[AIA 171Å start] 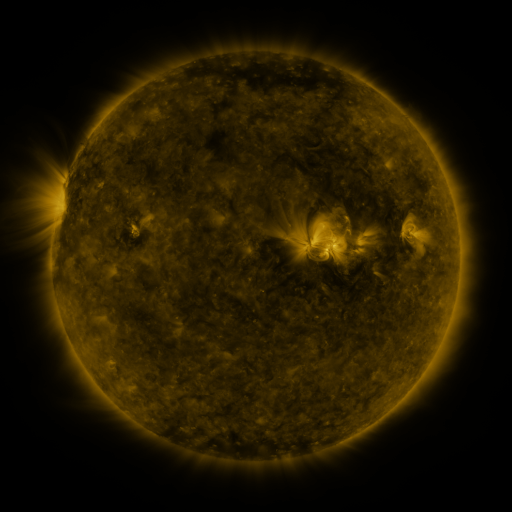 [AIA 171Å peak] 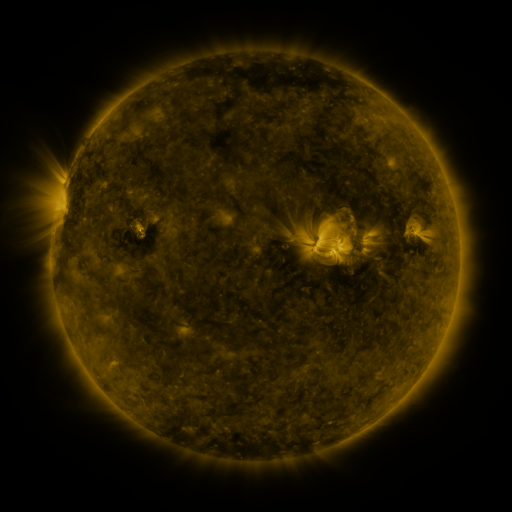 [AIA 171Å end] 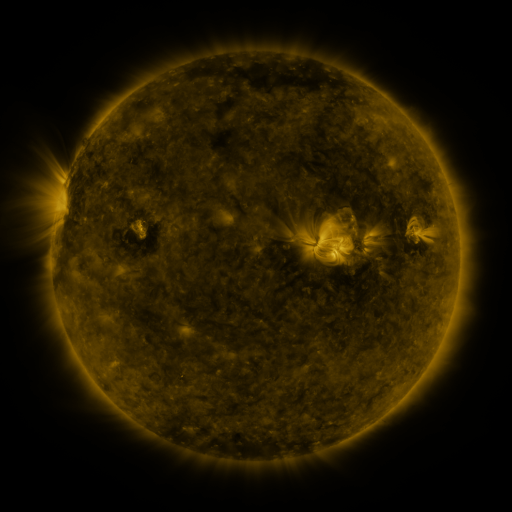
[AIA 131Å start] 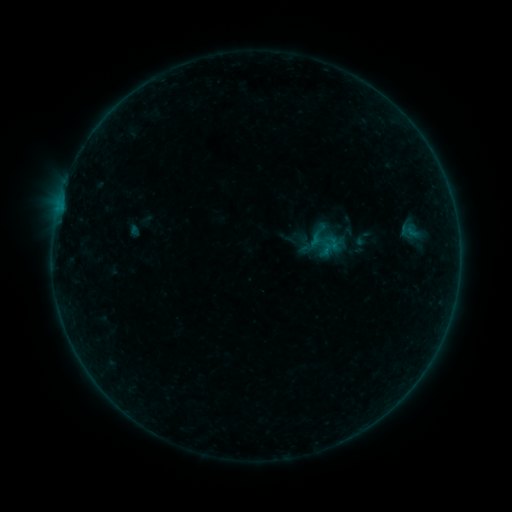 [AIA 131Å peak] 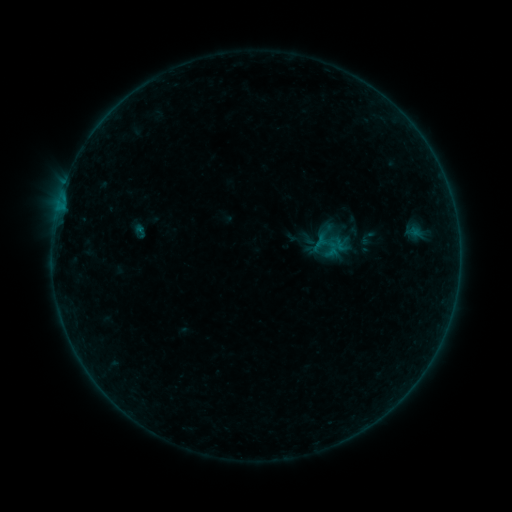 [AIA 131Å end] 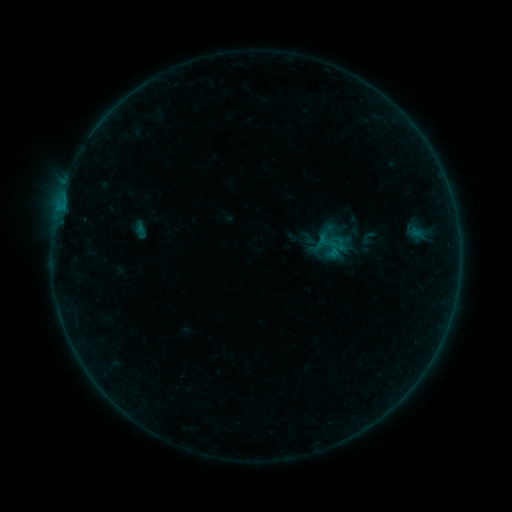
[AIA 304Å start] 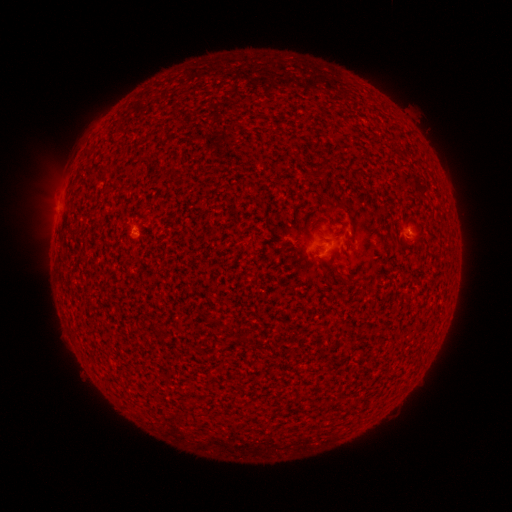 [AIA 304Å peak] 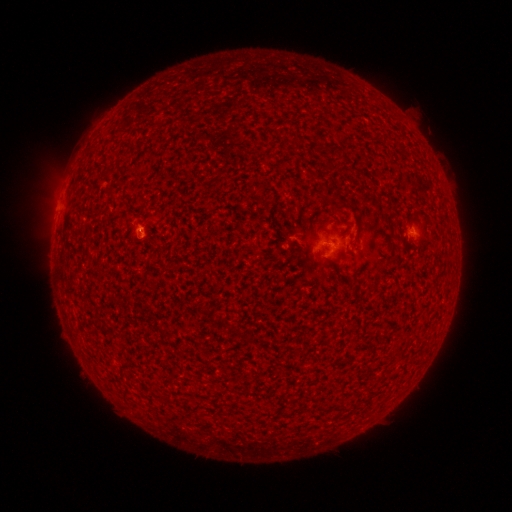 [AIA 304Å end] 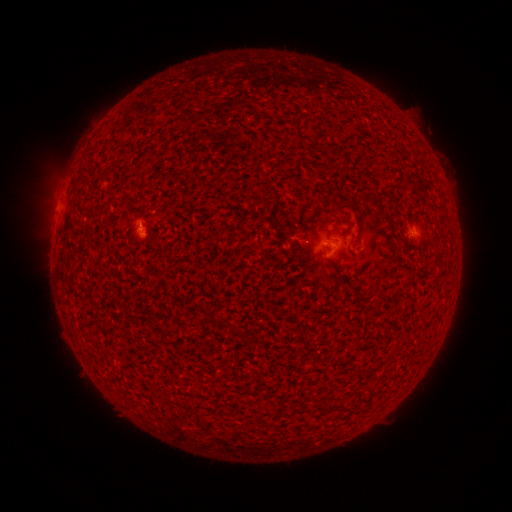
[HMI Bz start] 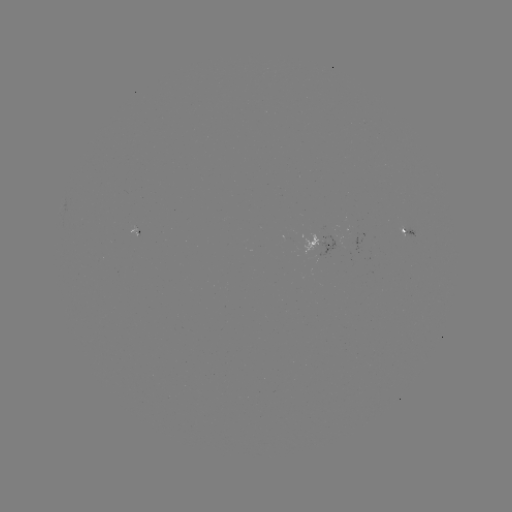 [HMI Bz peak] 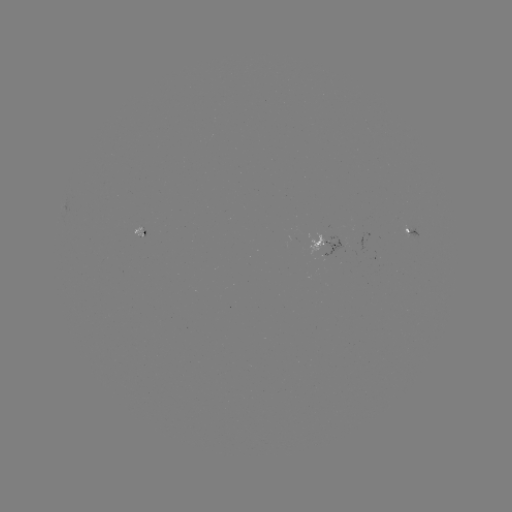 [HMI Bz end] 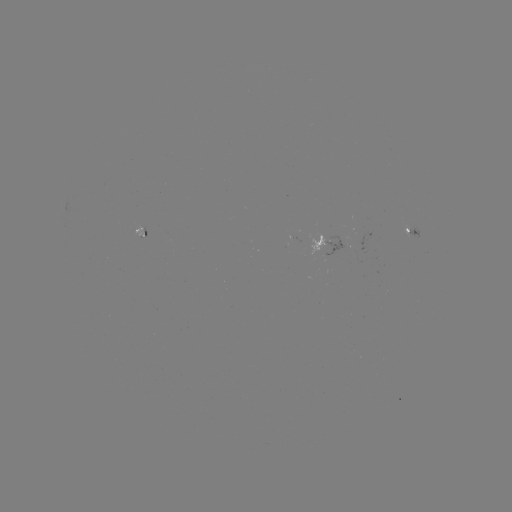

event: emerging-flux region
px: (327, 250)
